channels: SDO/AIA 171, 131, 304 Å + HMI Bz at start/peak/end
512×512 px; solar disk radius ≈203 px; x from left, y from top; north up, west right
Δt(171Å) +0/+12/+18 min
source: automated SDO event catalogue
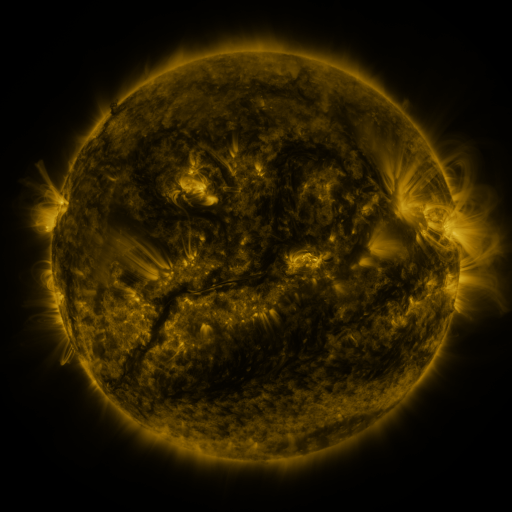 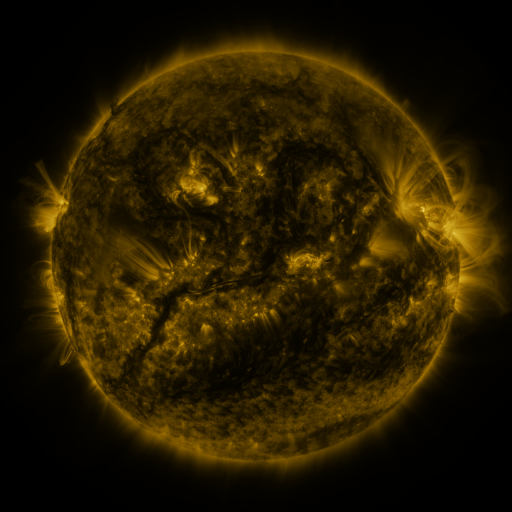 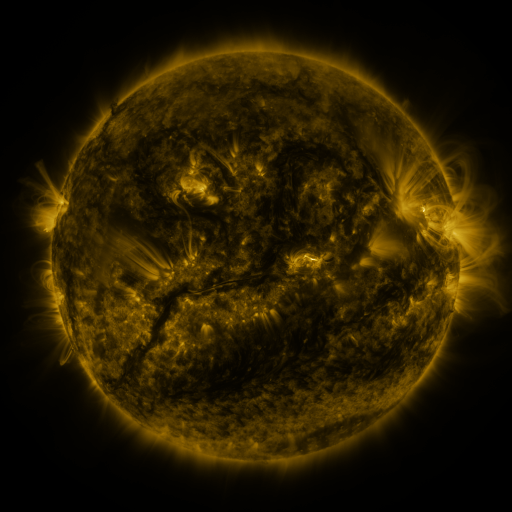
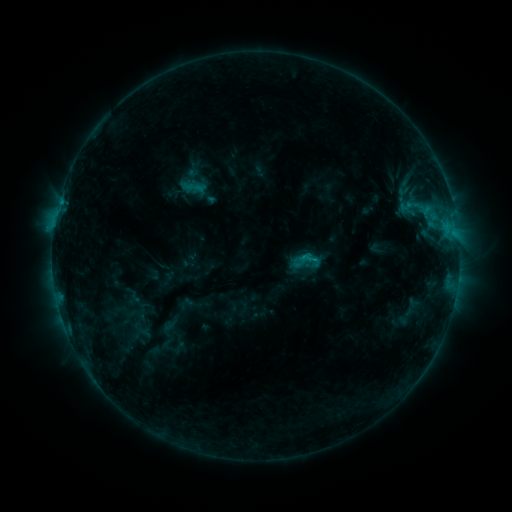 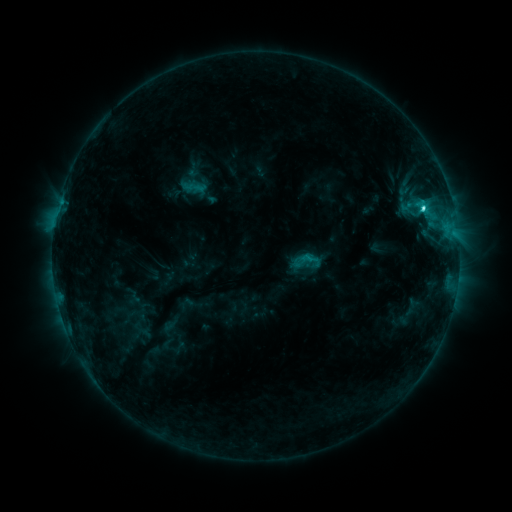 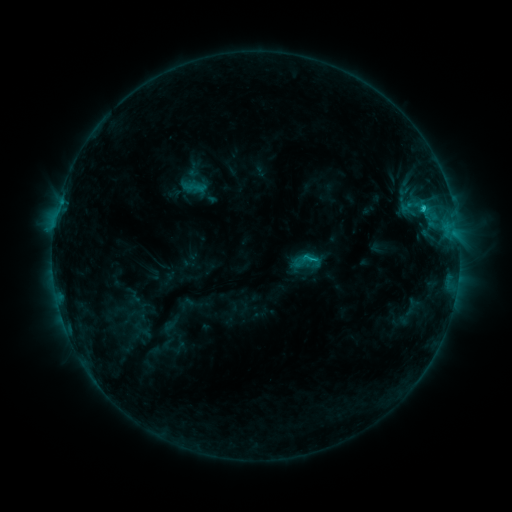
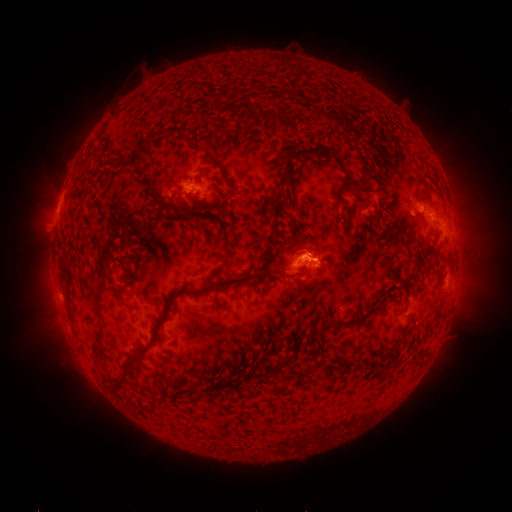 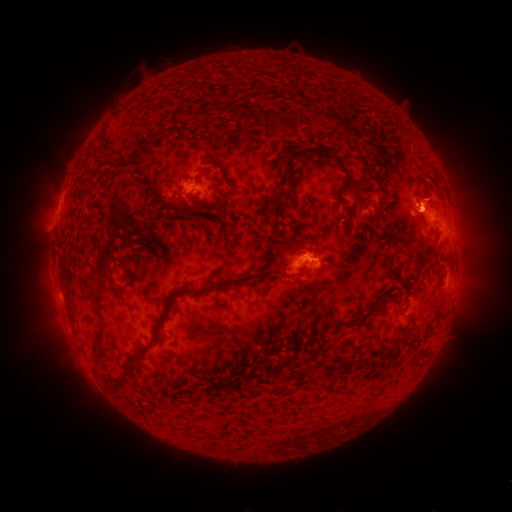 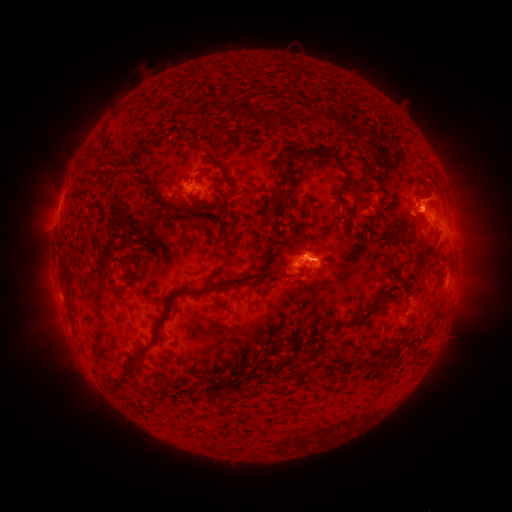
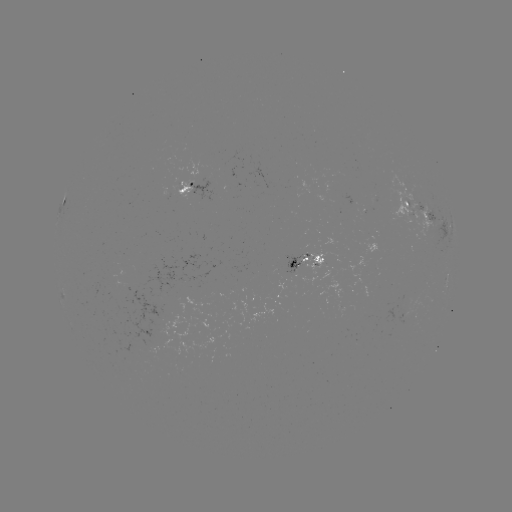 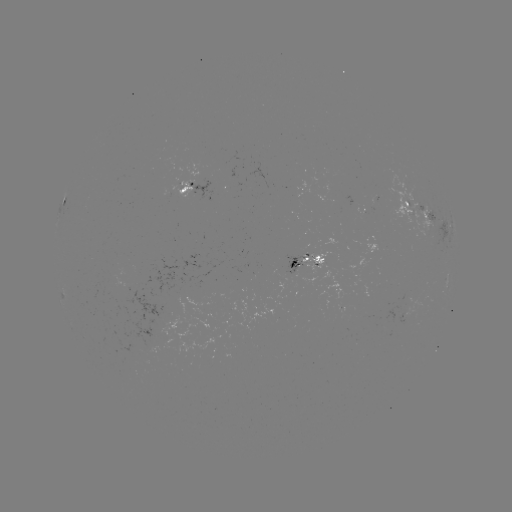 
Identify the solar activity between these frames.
C2.6 flare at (422, 211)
